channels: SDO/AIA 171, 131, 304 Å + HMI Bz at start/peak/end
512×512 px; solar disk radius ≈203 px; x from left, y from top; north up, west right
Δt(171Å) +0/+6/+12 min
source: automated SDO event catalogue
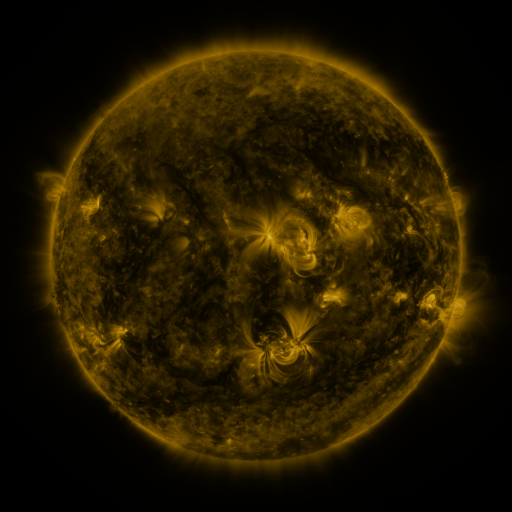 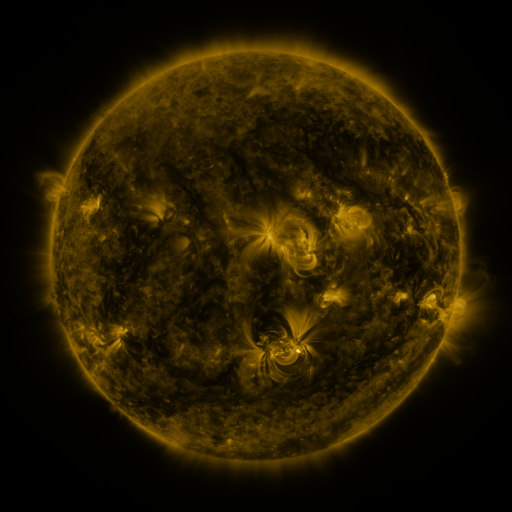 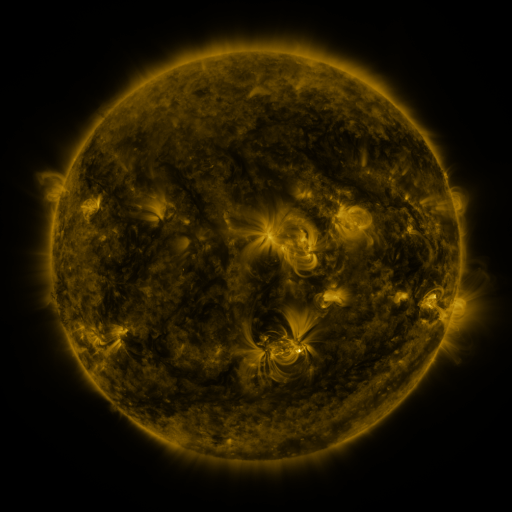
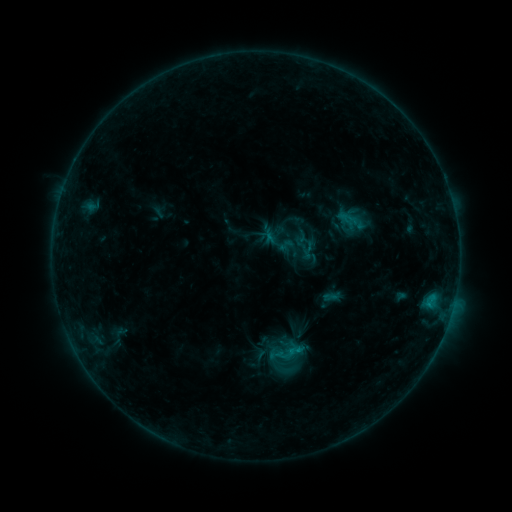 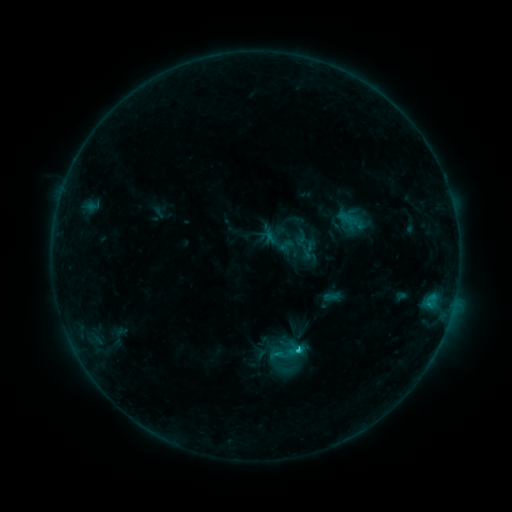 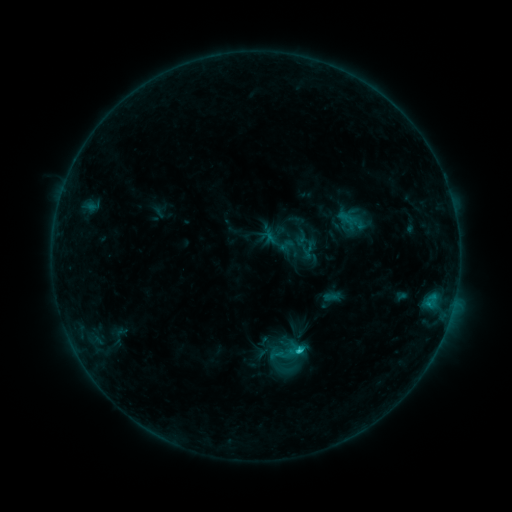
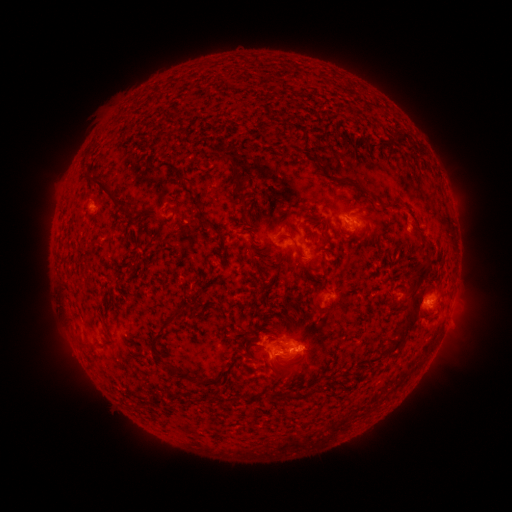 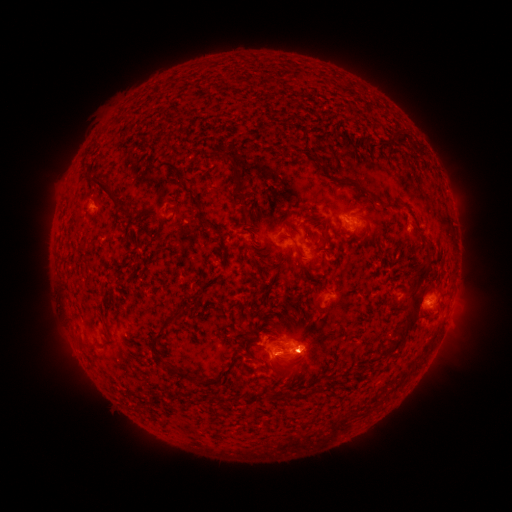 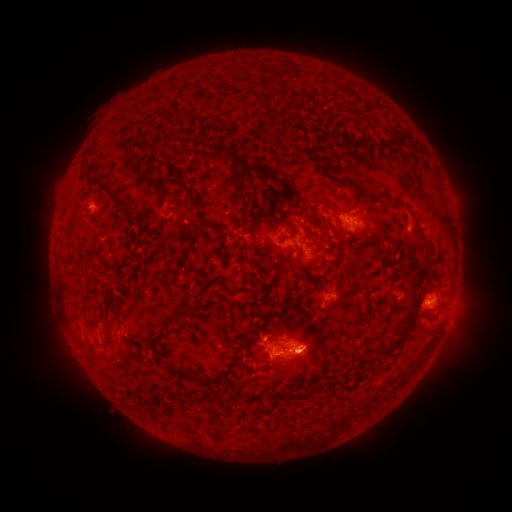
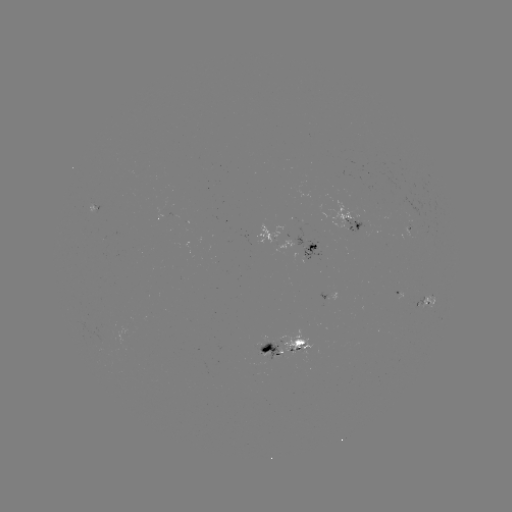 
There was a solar flare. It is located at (295, 347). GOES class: C2.4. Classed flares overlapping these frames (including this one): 1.